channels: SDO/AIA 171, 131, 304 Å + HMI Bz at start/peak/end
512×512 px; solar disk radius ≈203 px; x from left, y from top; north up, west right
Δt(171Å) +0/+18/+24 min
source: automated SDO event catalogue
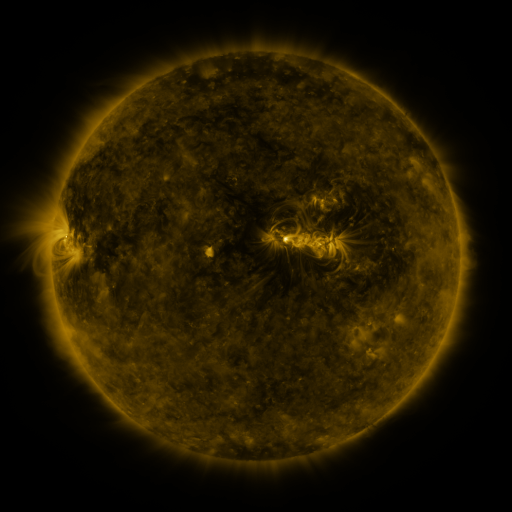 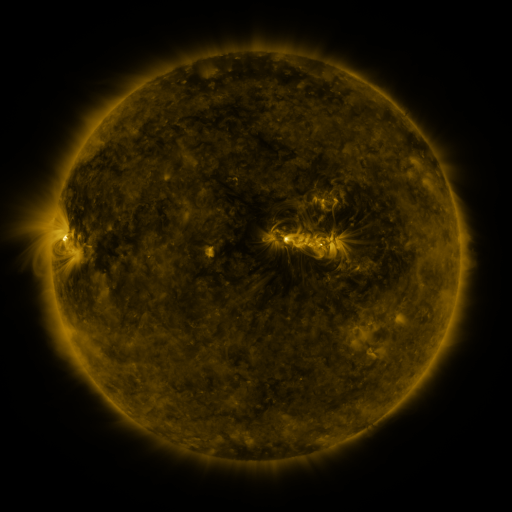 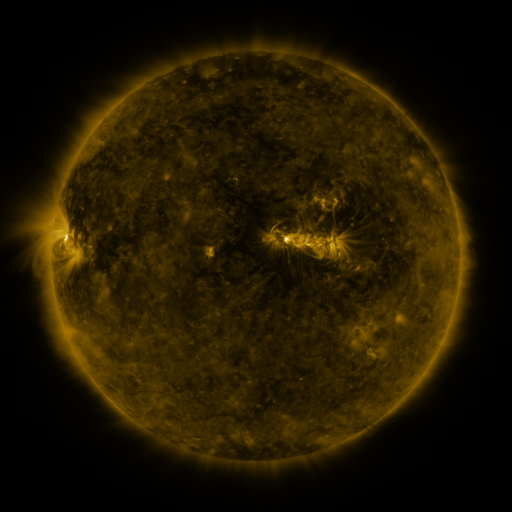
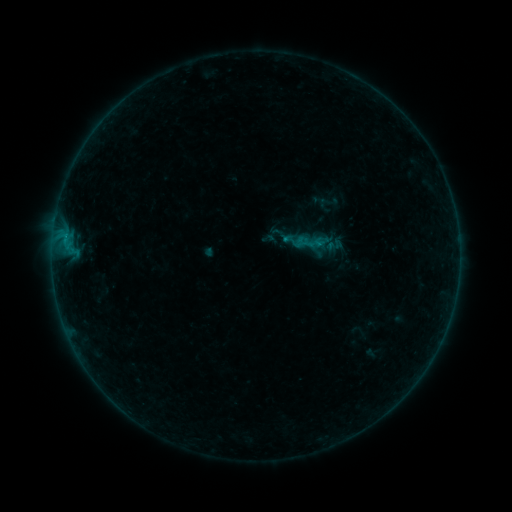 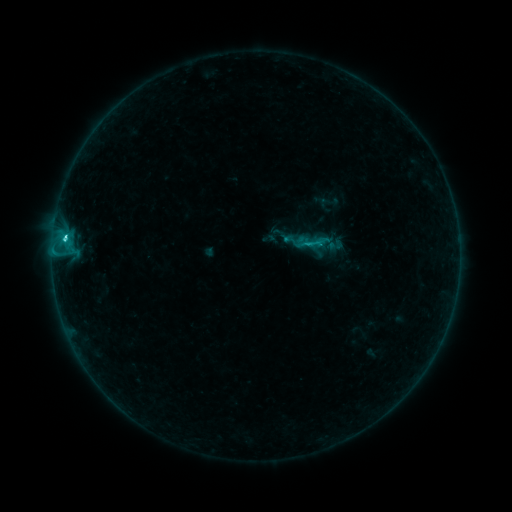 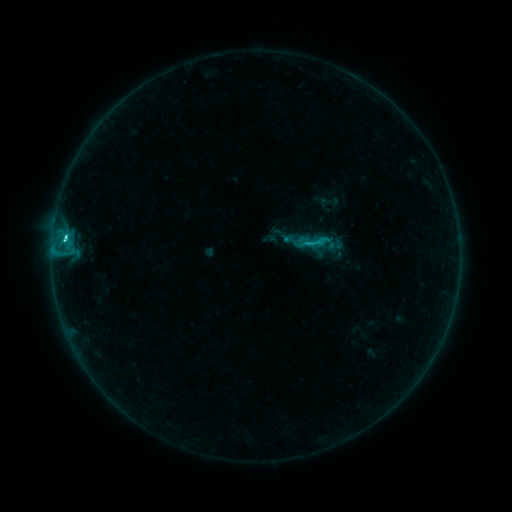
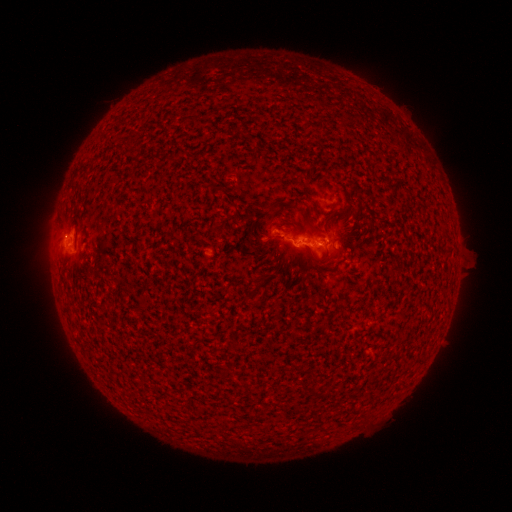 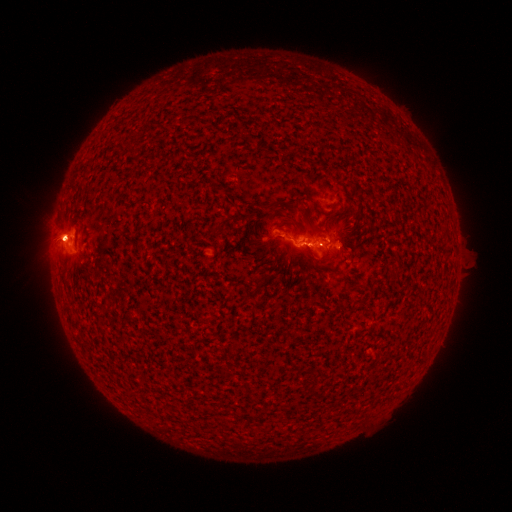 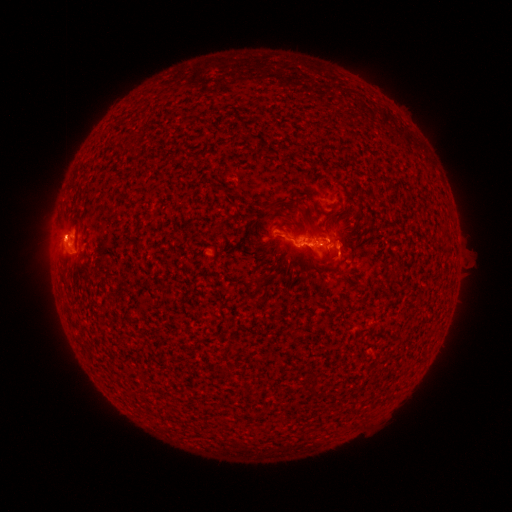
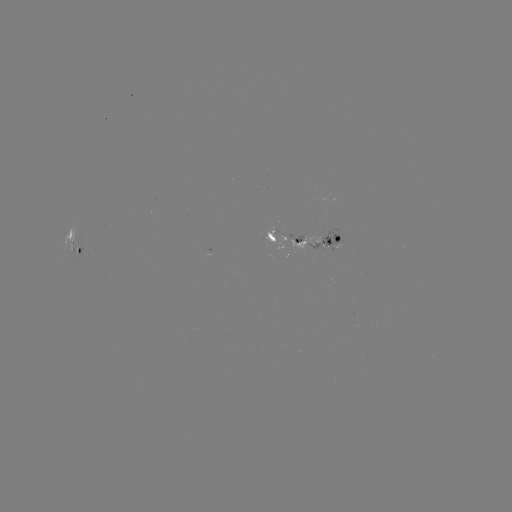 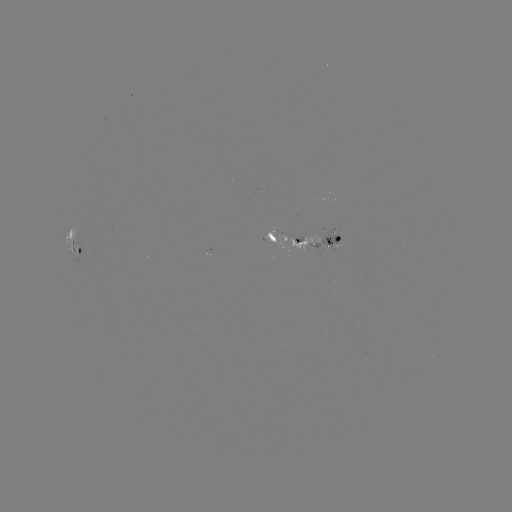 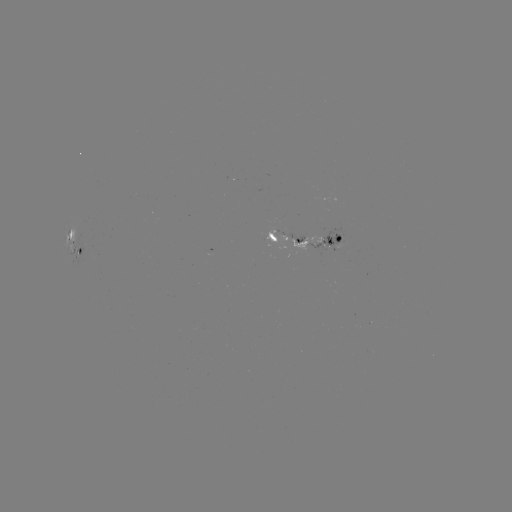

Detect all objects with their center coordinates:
C3.0 flare: (66, 239)
